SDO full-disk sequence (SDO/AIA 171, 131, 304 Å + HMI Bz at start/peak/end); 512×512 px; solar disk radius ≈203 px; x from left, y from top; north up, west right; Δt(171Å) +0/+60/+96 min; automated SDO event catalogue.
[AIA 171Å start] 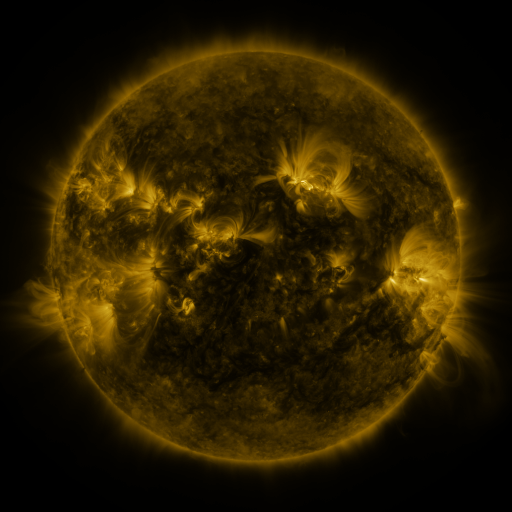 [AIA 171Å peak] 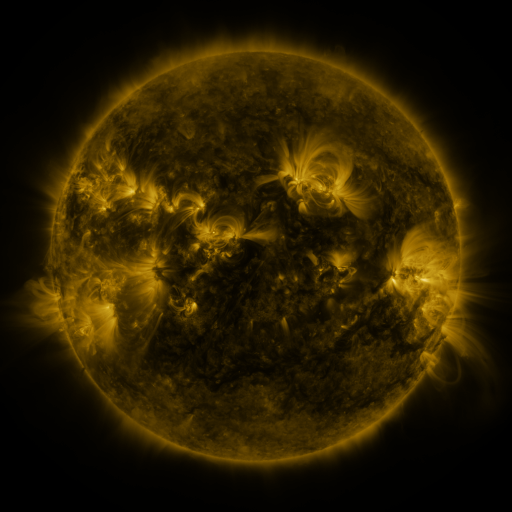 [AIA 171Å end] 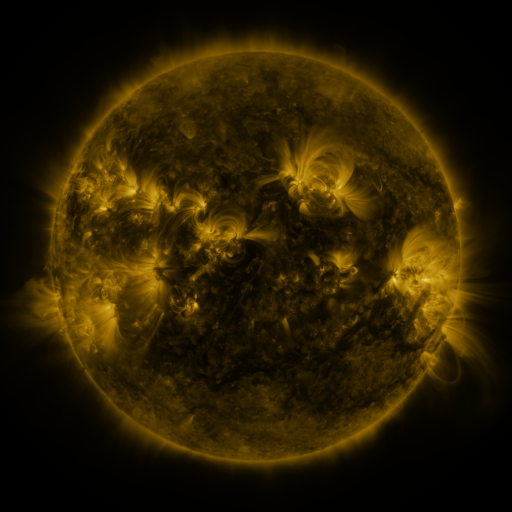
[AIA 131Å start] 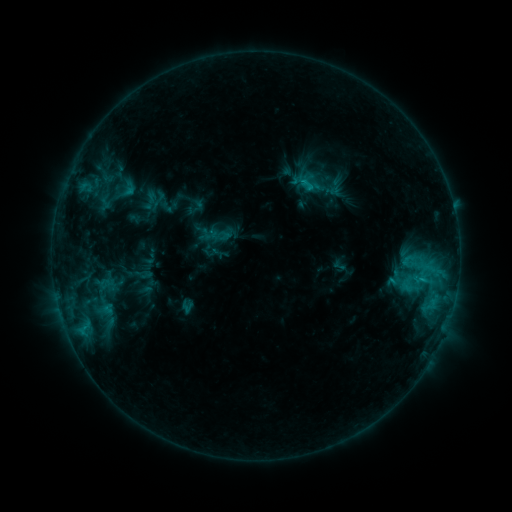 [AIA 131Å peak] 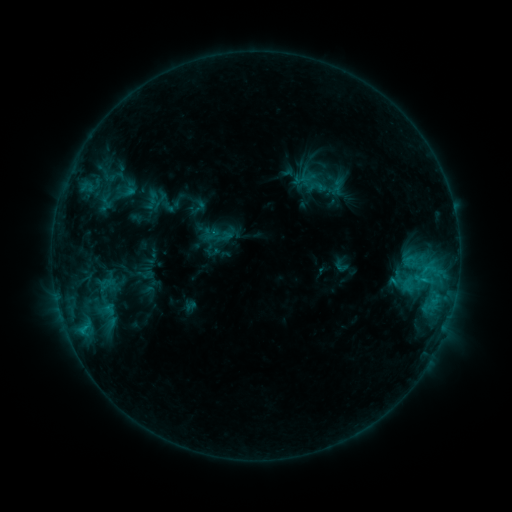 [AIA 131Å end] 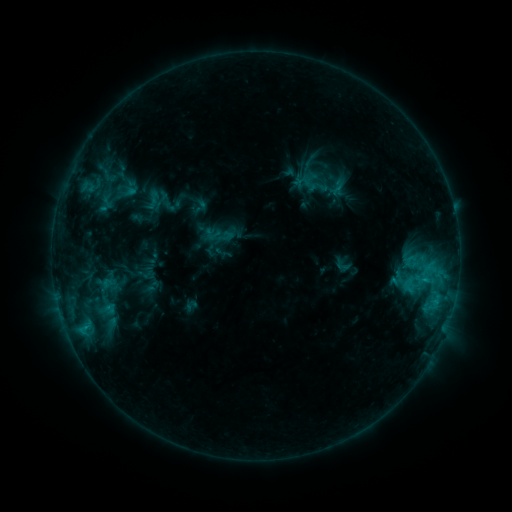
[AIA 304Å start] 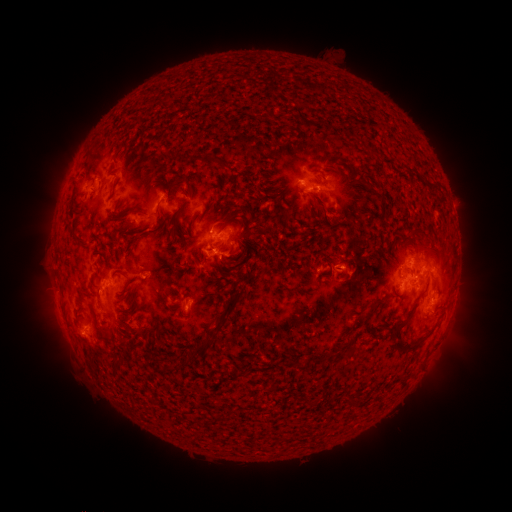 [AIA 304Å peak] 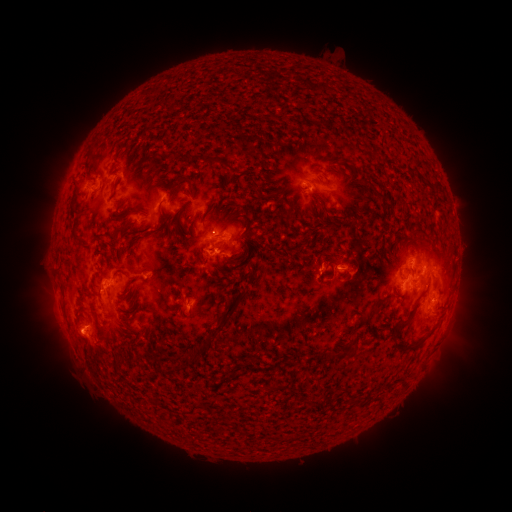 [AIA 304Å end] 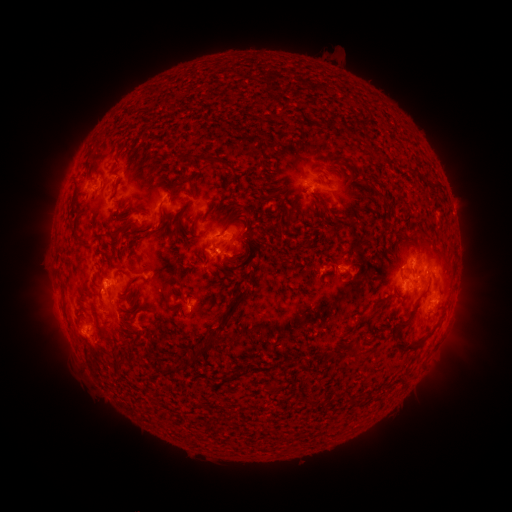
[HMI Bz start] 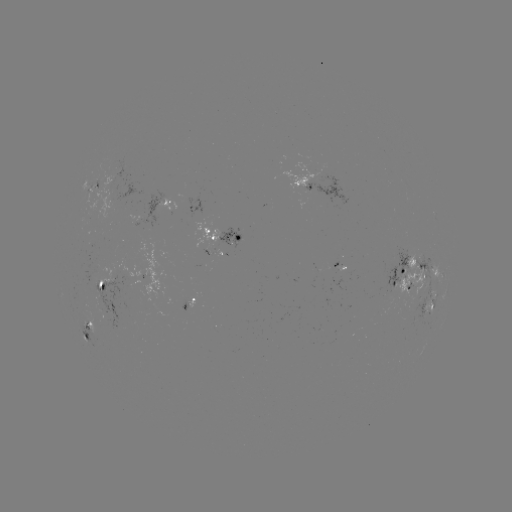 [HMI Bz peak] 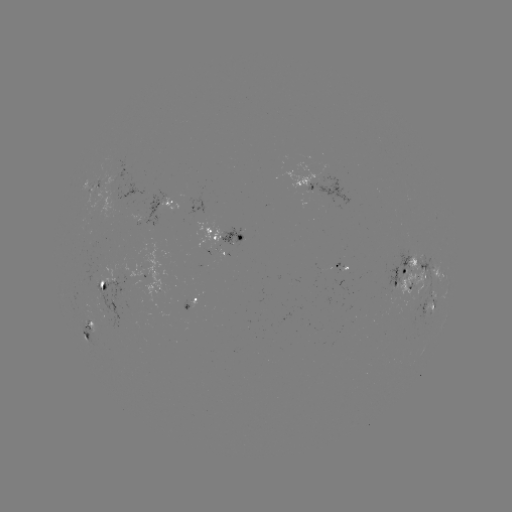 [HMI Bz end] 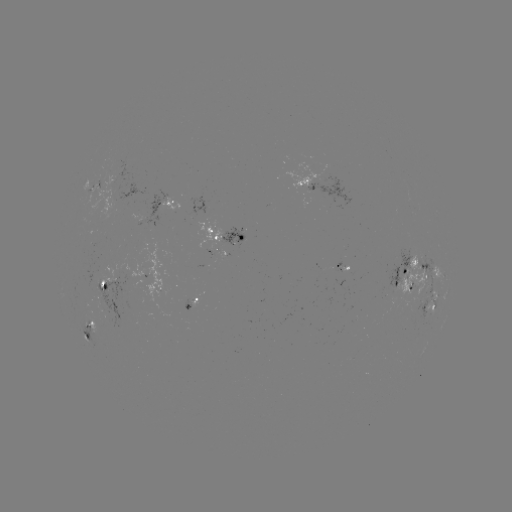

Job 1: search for emerging-flux region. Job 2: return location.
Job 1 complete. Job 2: [406, 312].